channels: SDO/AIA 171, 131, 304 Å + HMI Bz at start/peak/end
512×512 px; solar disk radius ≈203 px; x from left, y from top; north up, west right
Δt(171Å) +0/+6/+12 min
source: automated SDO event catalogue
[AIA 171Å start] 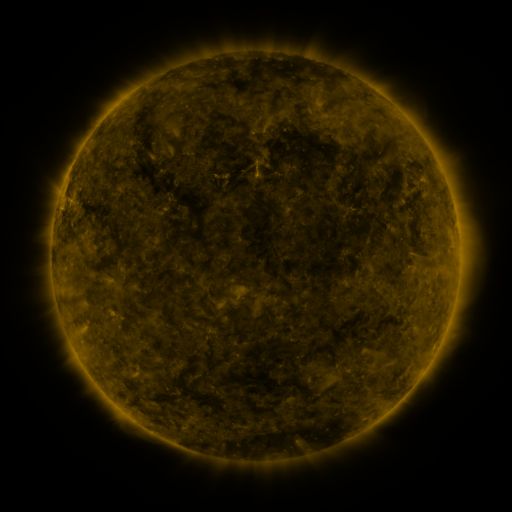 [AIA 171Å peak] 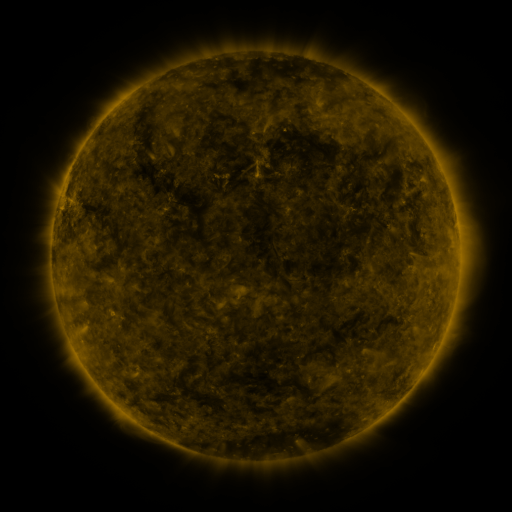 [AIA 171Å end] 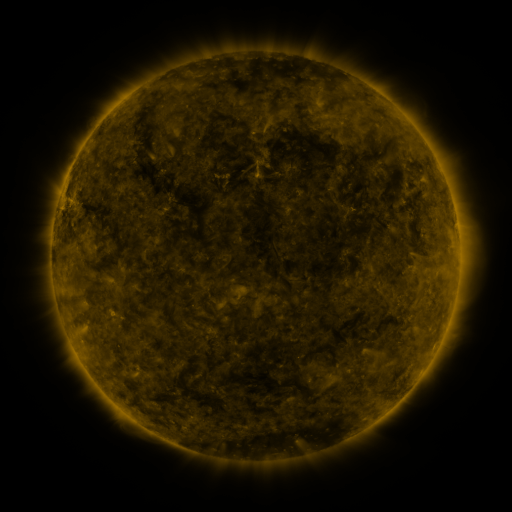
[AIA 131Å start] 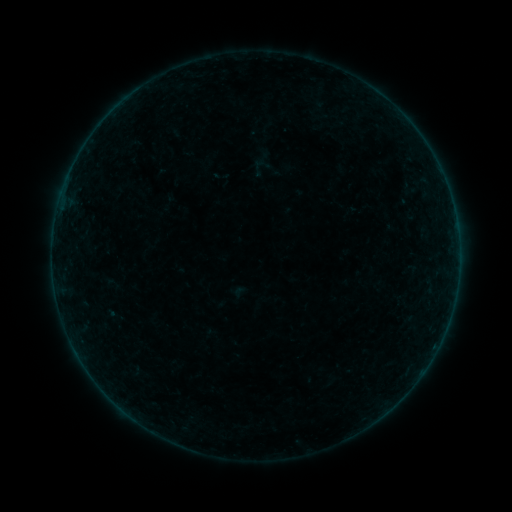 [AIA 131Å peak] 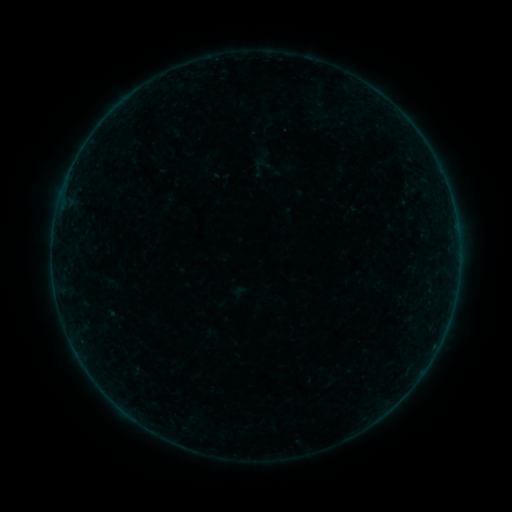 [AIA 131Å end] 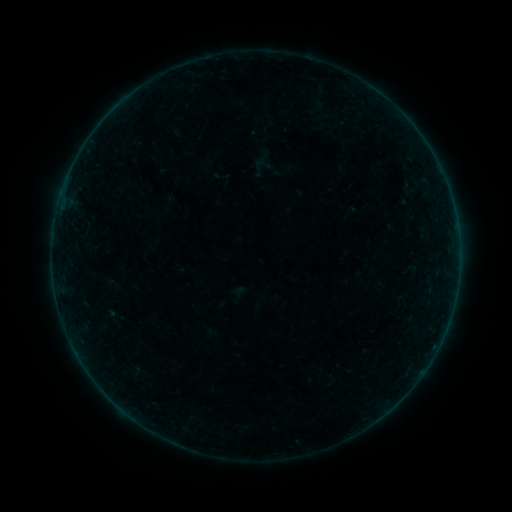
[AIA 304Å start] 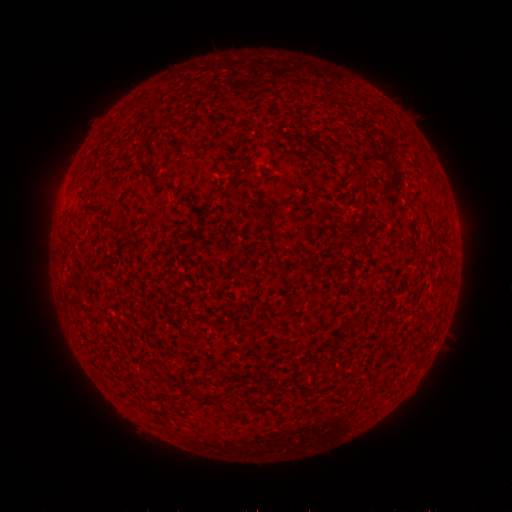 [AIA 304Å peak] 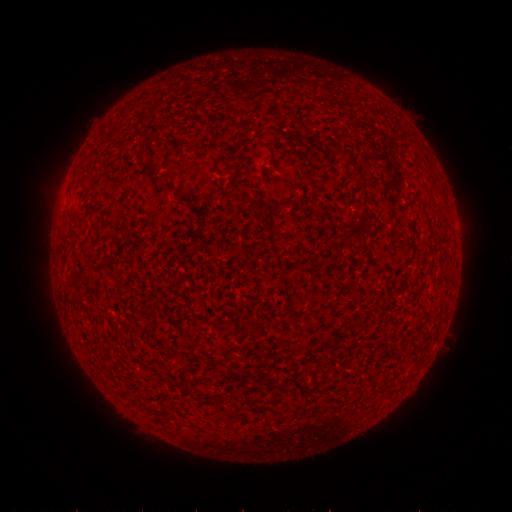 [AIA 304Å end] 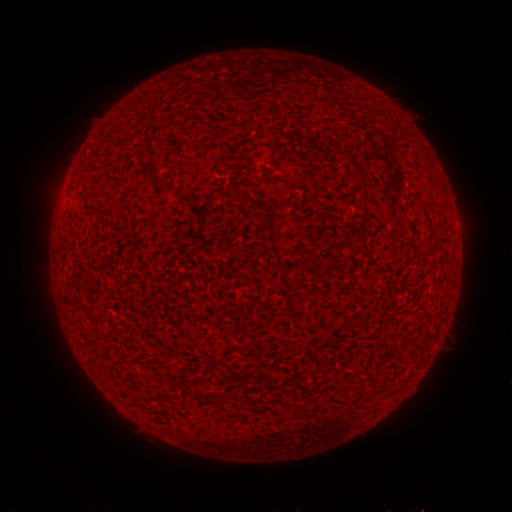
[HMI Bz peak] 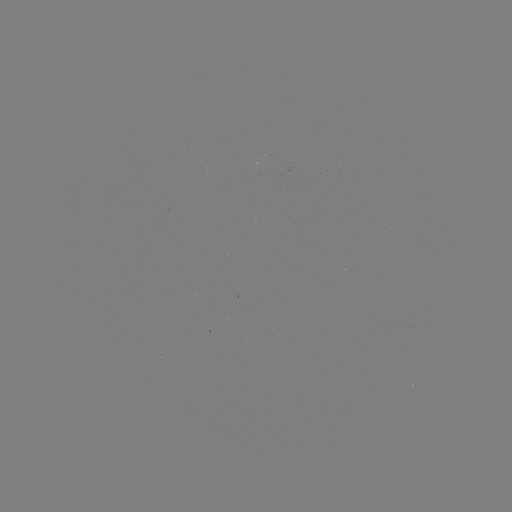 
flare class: B2.0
